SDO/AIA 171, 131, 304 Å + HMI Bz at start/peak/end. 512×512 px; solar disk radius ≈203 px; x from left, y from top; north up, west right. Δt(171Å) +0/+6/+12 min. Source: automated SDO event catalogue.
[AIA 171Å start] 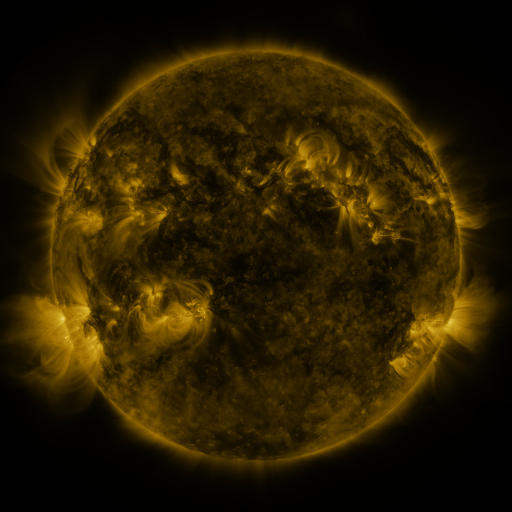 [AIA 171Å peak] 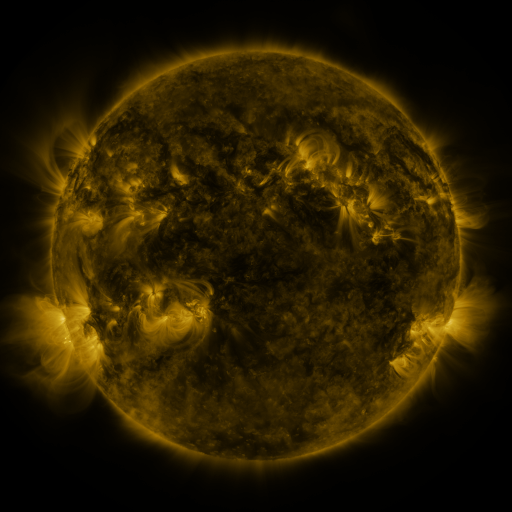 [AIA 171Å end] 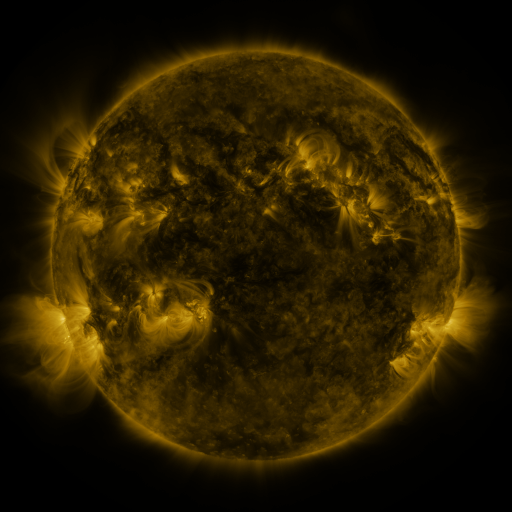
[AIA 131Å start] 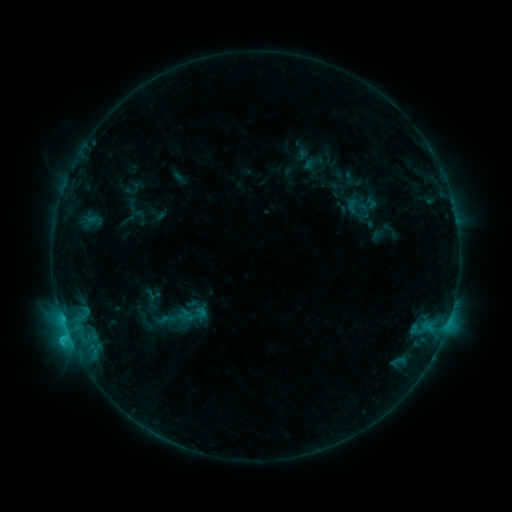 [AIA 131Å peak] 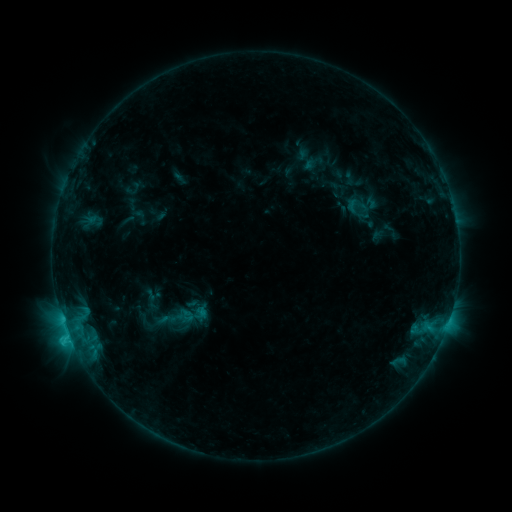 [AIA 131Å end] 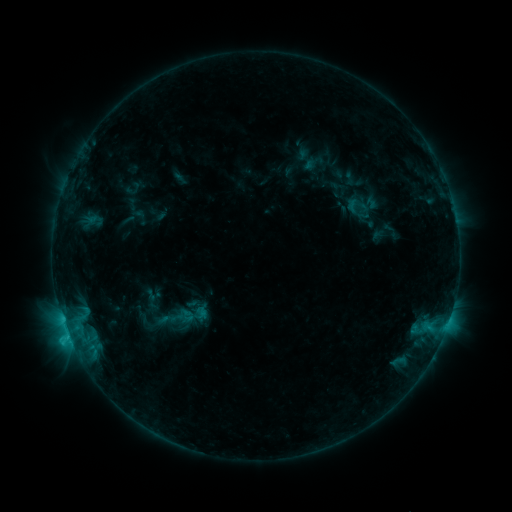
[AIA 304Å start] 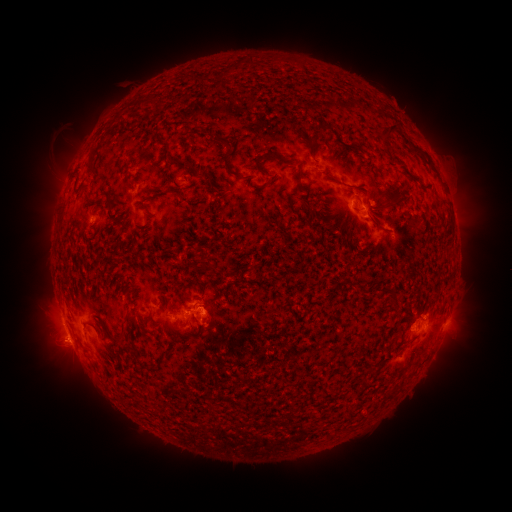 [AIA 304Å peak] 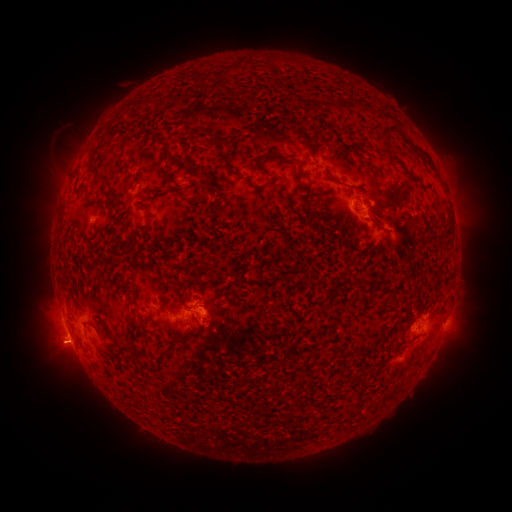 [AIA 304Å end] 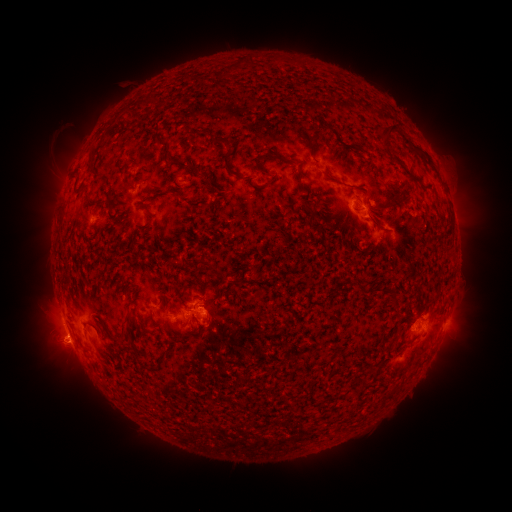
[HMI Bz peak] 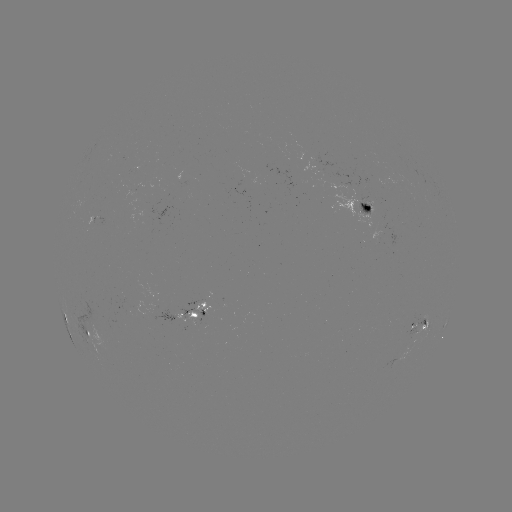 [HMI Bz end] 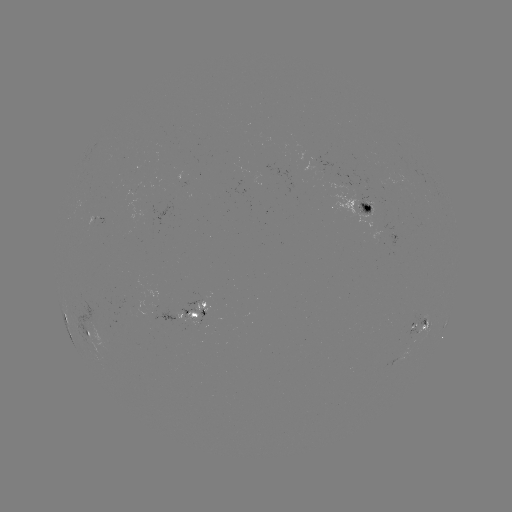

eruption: (33, 328, 80, 374)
